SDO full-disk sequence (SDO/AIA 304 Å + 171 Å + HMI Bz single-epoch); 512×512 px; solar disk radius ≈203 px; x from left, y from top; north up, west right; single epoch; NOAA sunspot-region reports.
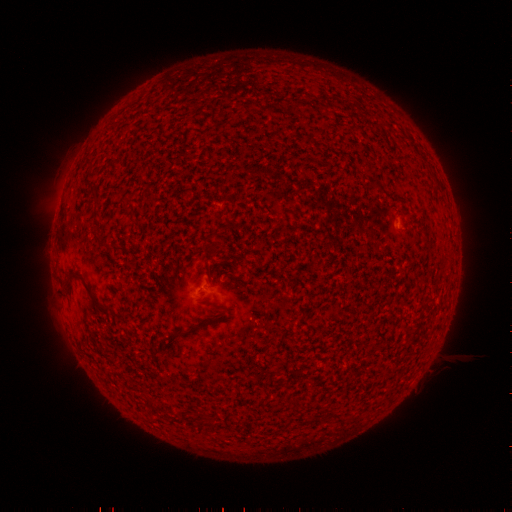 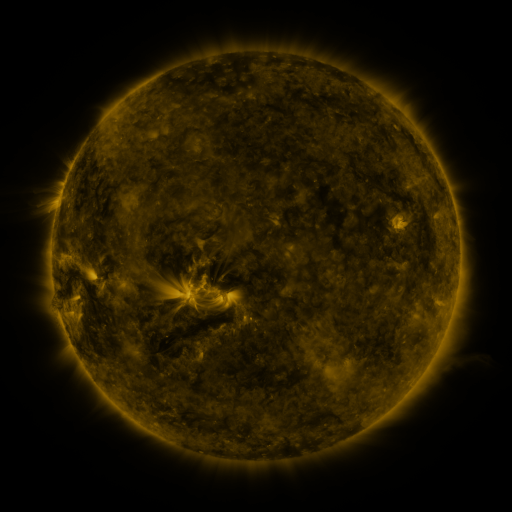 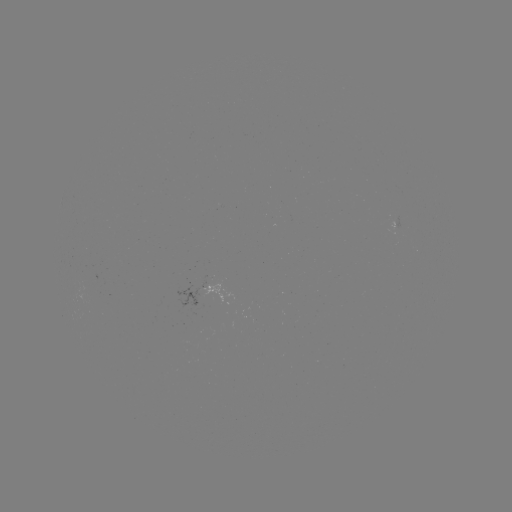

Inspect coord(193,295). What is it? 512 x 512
spotted active region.